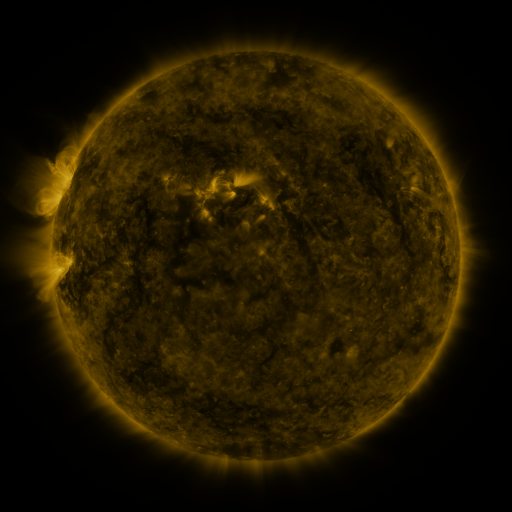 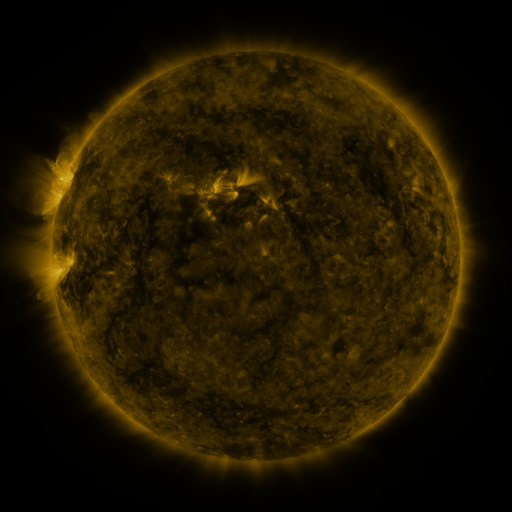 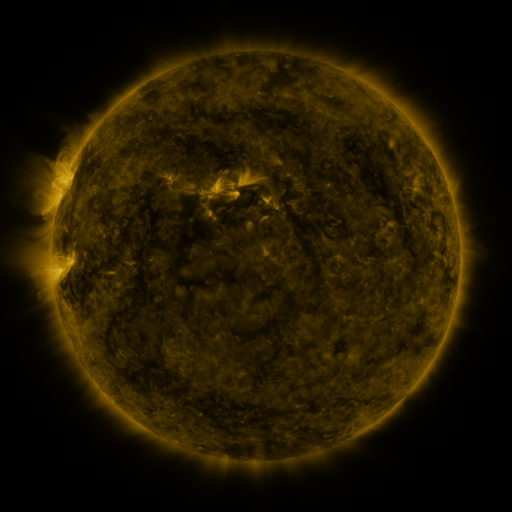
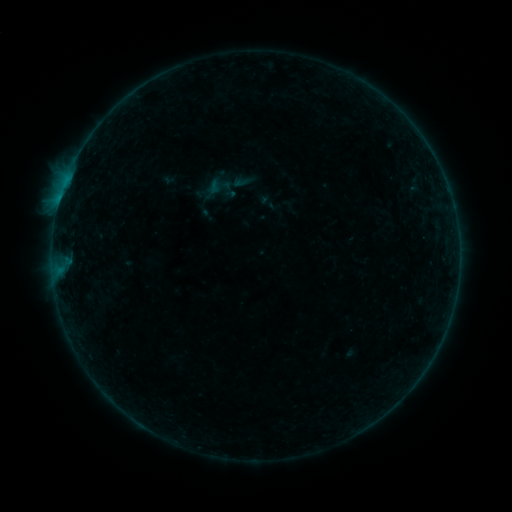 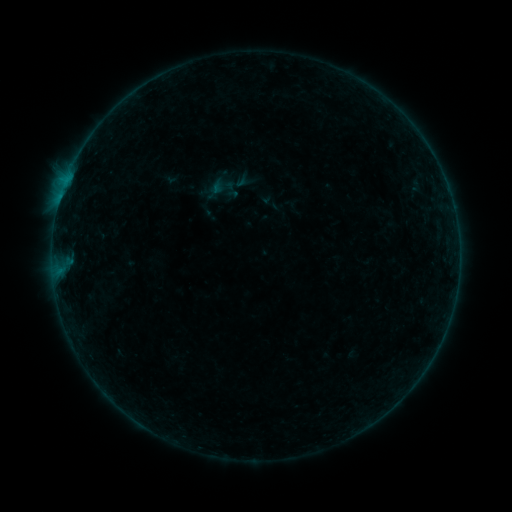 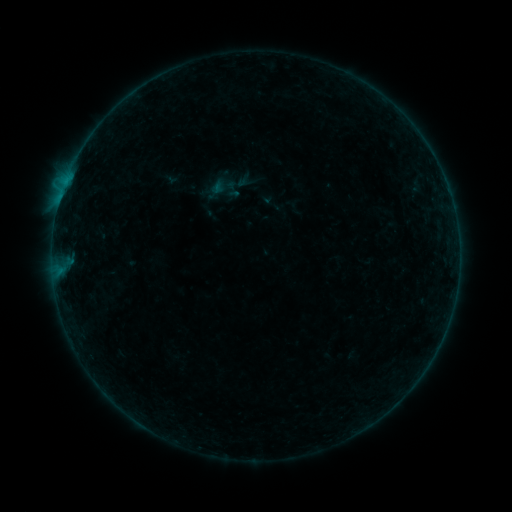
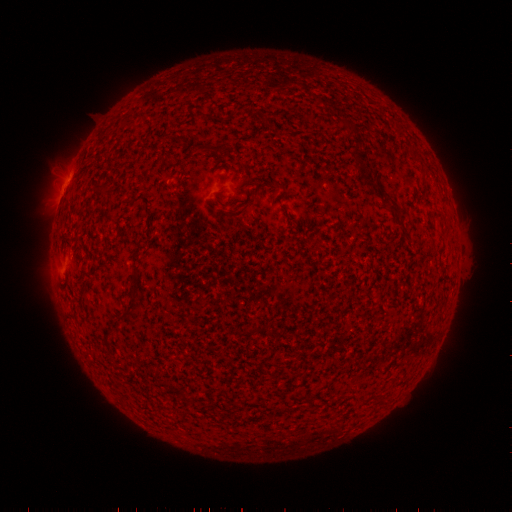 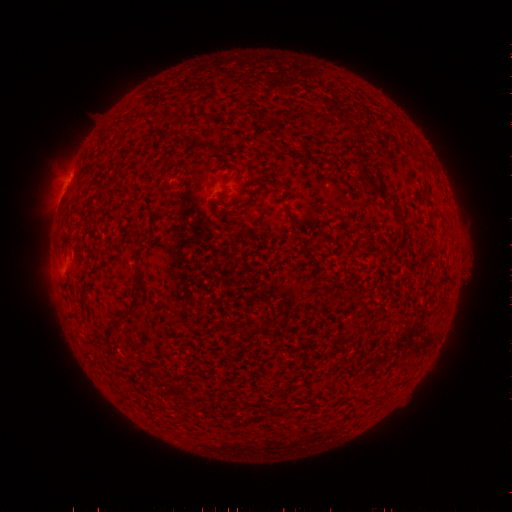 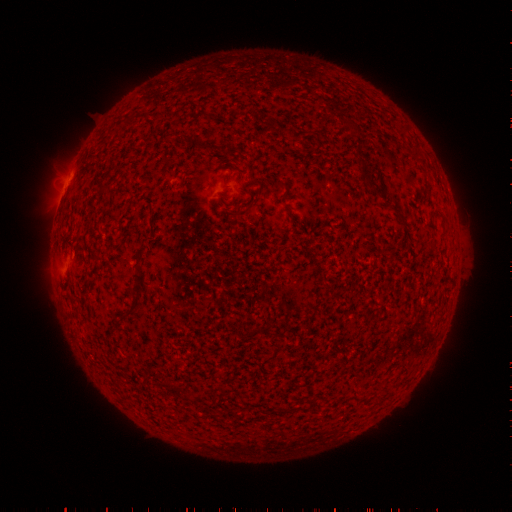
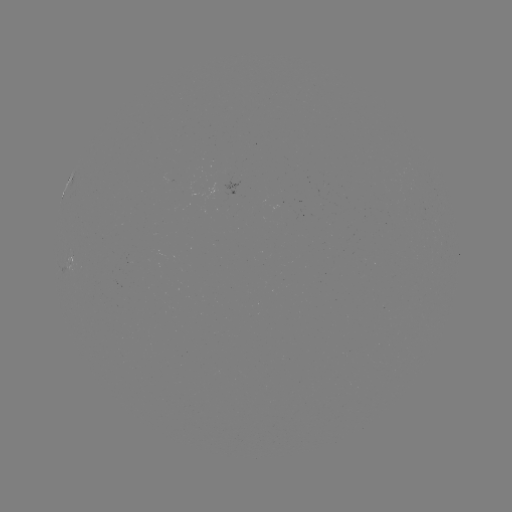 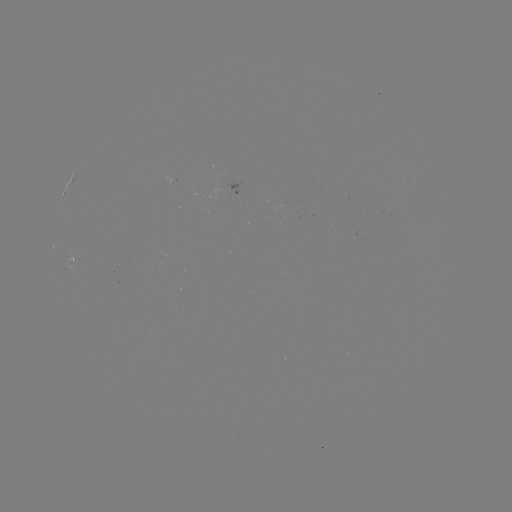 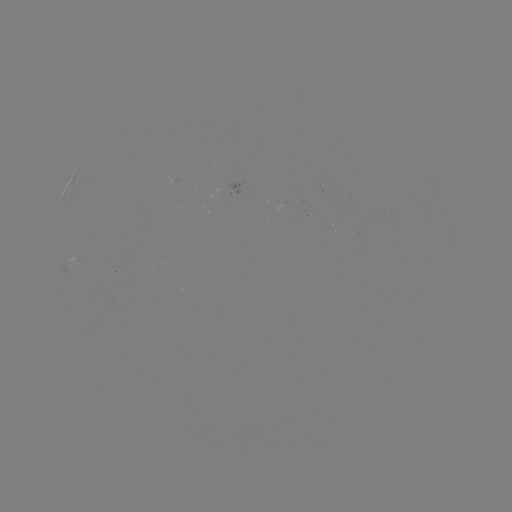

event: emerging-flux region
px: (131, 258)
